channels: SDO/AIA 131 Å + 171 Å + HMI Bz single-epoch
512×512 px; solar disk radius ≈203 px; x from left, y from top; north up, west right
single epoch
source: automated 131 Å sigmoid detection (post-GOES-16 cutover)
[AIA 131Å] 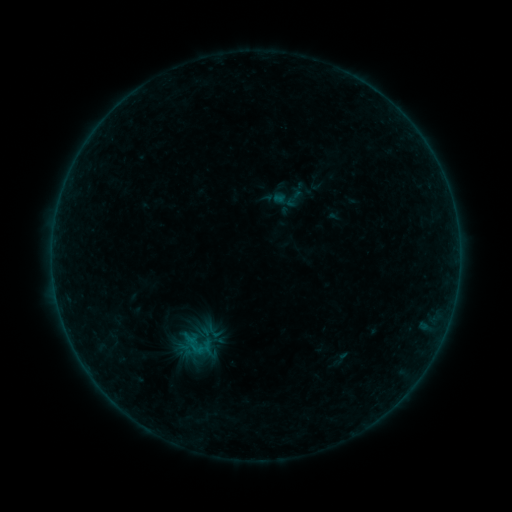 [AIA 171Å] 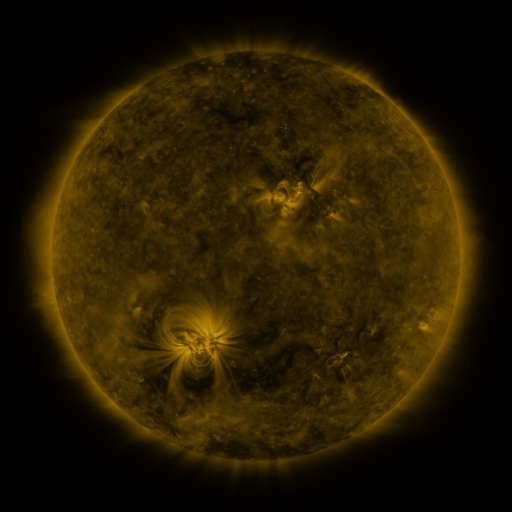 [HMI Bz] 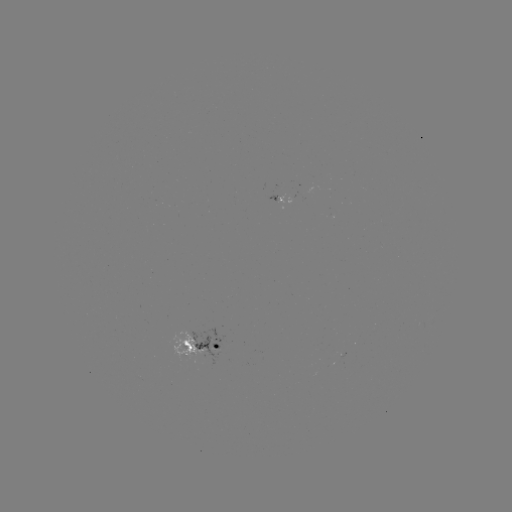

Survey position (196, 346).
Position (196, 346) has sigmoid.